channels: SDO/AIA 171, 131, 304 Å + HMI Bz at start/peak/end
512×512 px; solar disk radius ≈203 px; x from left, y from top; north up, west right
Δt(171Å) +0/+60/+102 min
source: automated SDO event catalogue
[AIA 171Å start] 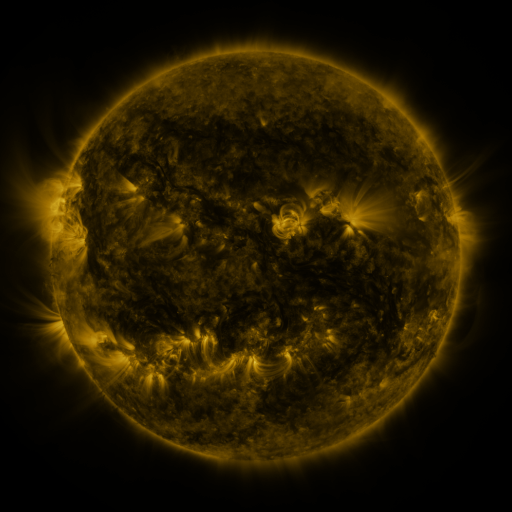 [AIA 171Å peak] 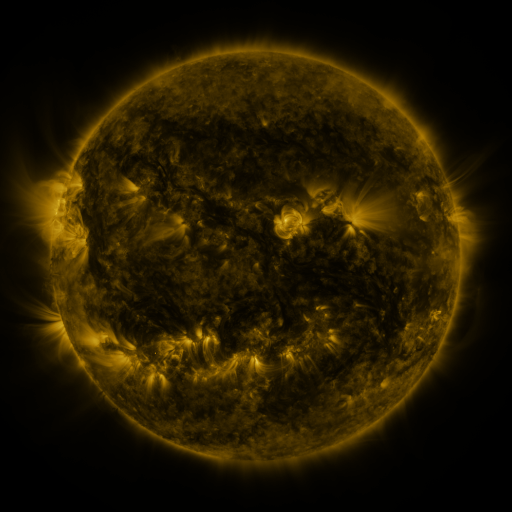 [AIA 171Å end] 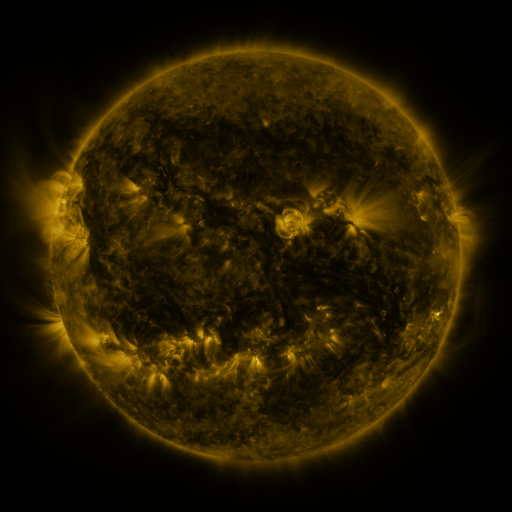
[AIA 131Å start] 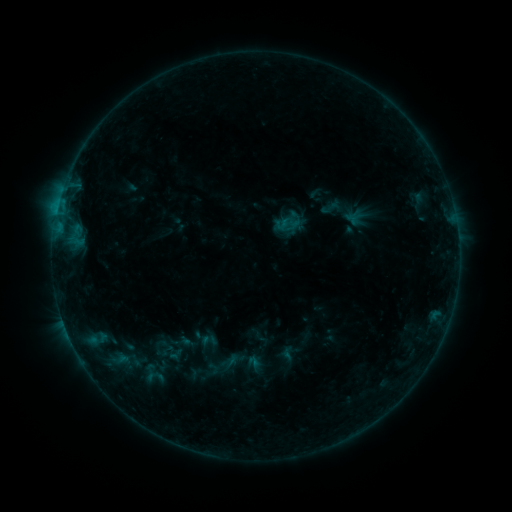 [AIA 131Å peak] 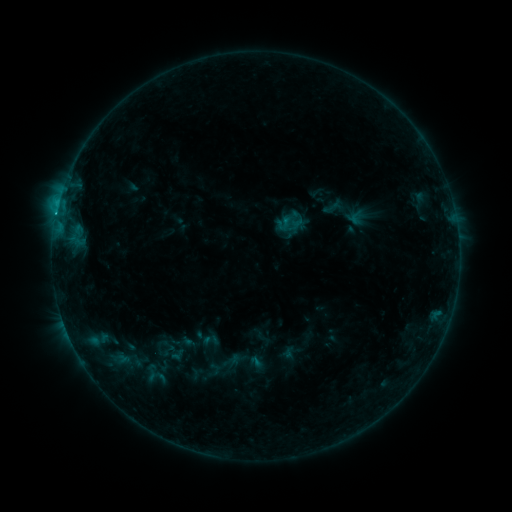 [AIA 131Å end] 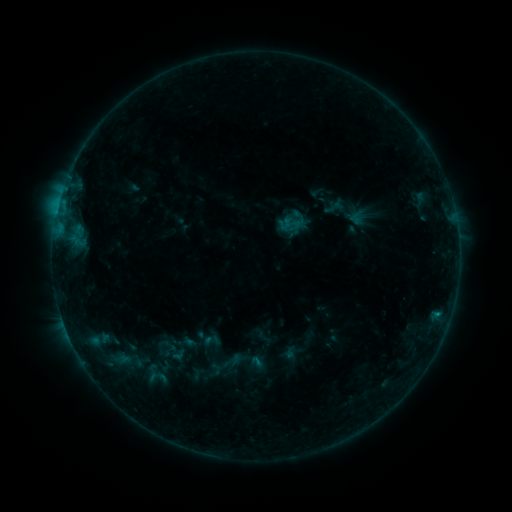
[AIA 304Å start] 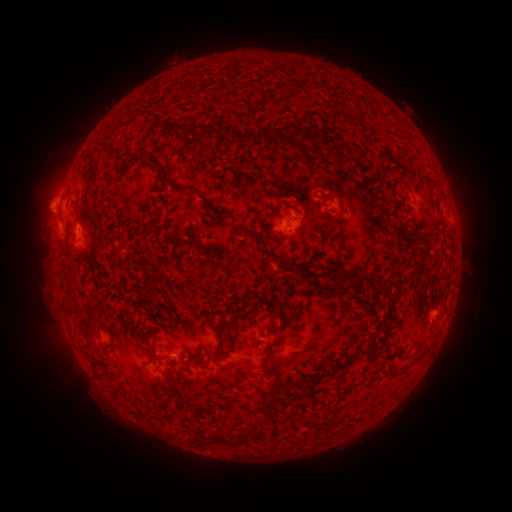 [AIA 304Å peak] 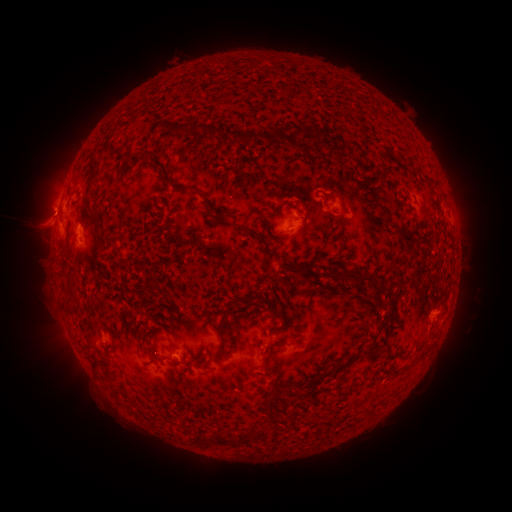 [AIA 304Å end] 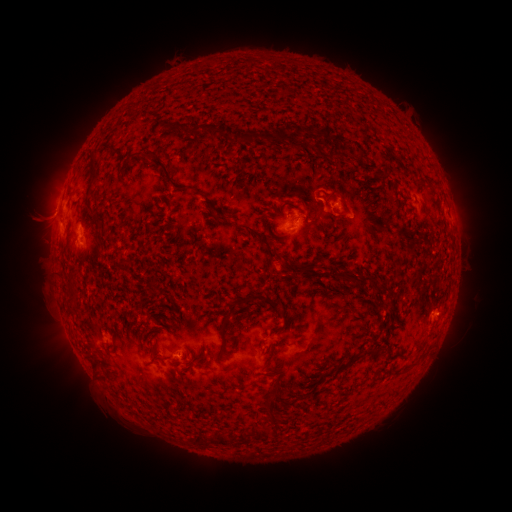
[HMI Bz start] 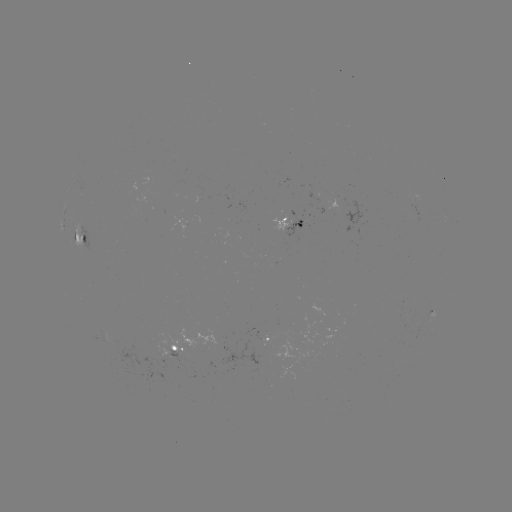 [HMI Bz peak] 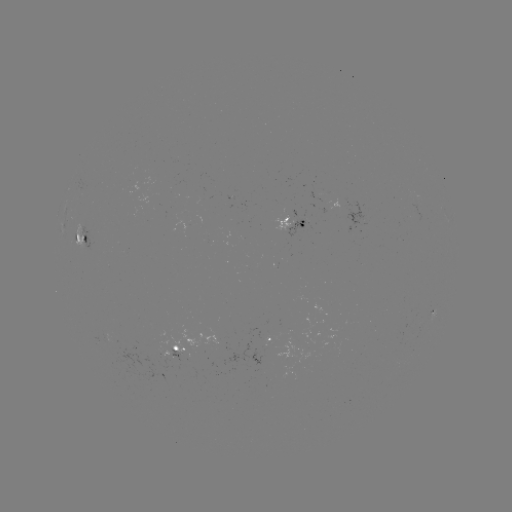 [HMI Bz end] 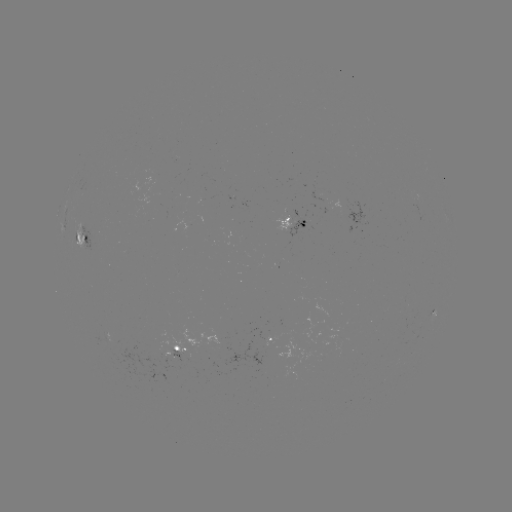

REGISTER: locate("C1.0 flare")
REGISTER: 56,218